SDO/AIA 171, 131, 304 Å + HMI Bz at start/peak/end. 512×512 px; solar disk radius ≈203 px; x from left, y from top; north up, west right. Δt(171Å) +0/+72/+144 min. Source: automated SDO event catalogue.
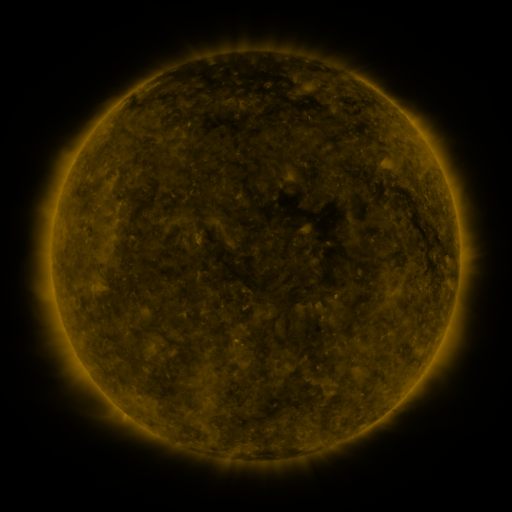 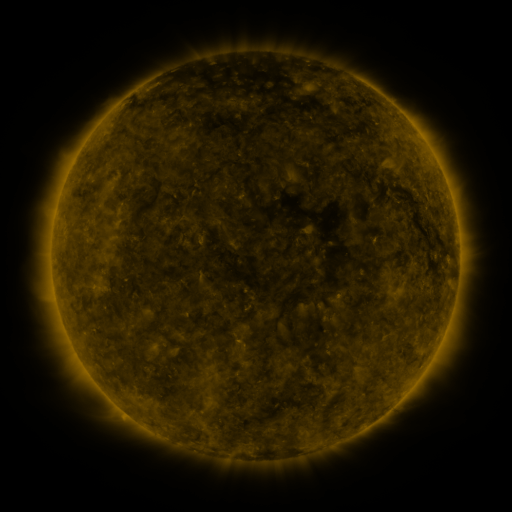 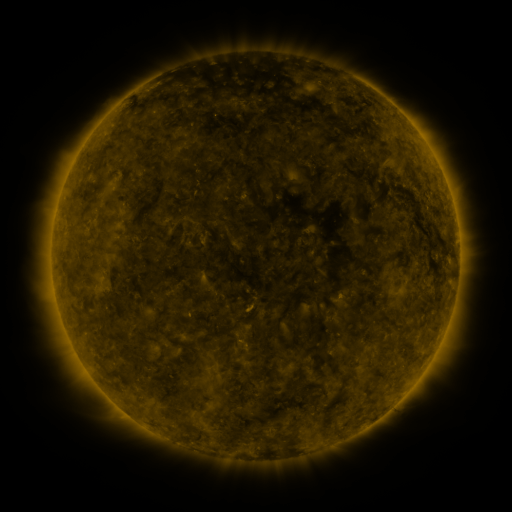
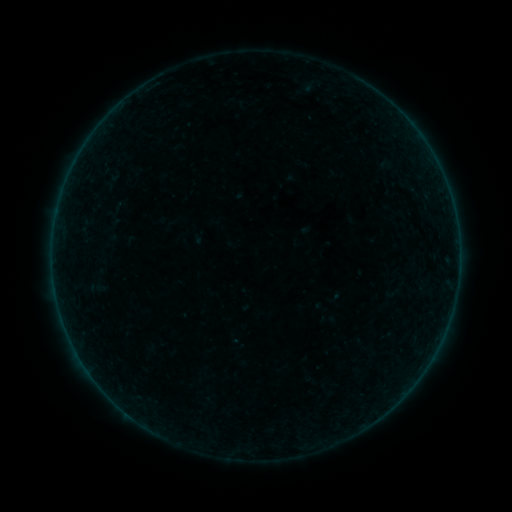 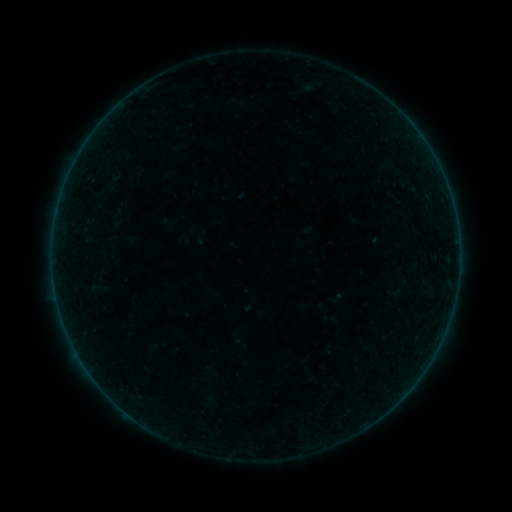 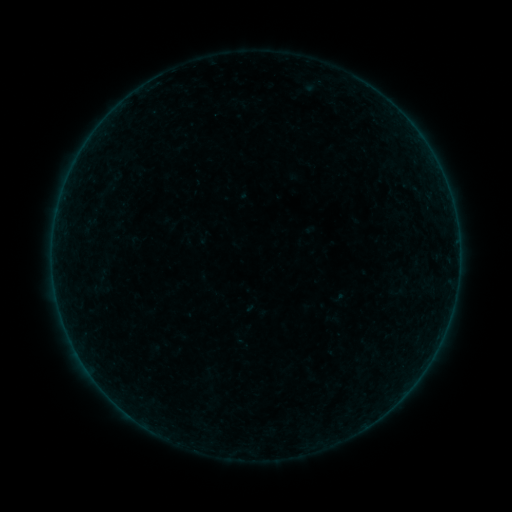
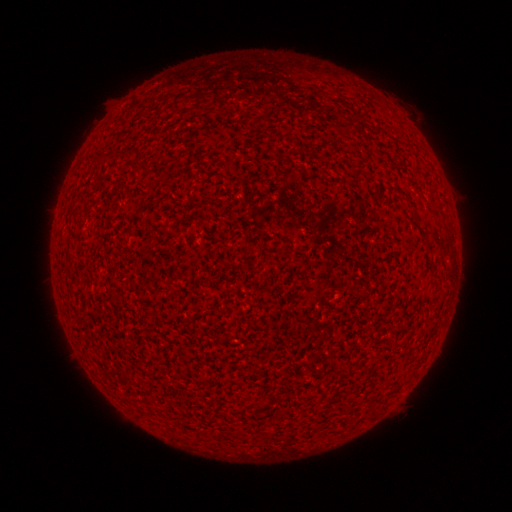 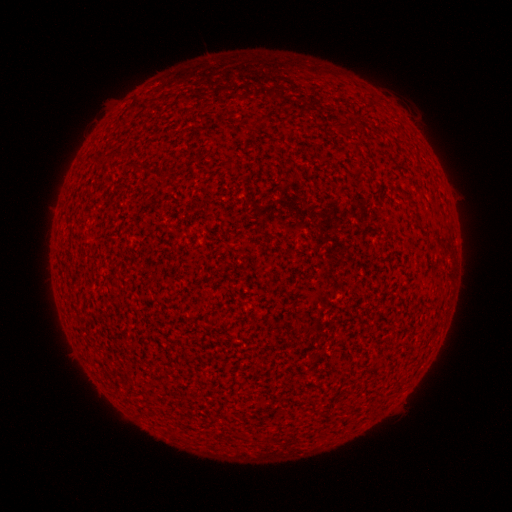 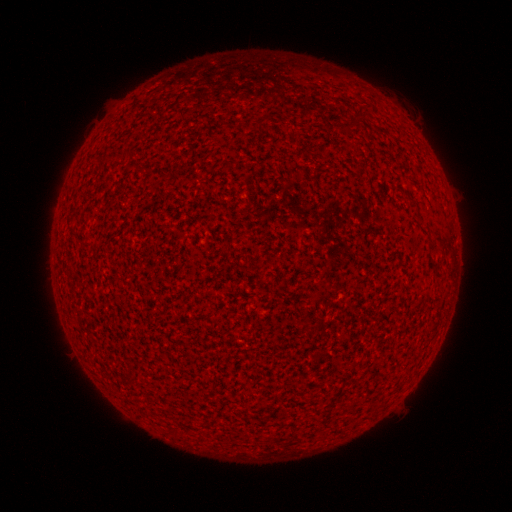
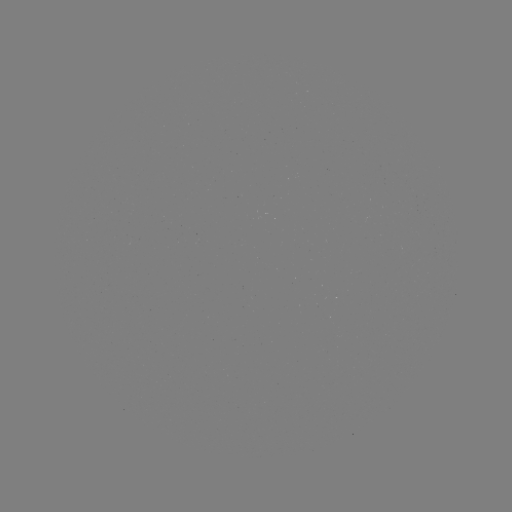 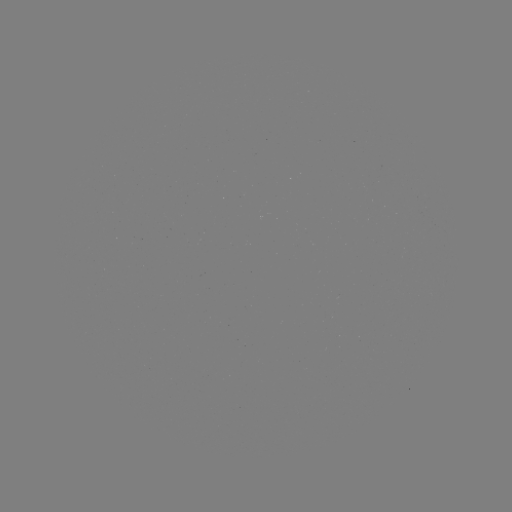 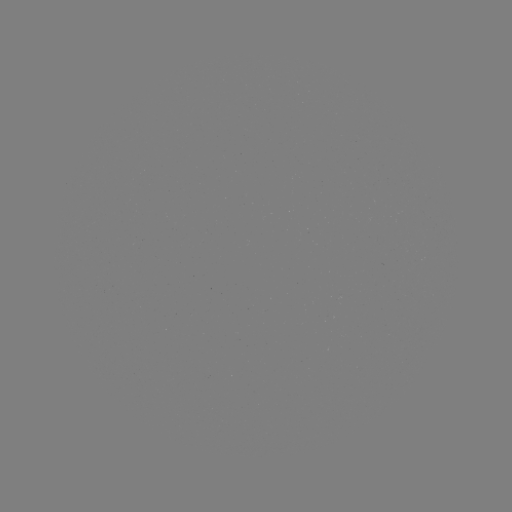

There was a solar flare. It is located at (57, 214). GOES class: A7.3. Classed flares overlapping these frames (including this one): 1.